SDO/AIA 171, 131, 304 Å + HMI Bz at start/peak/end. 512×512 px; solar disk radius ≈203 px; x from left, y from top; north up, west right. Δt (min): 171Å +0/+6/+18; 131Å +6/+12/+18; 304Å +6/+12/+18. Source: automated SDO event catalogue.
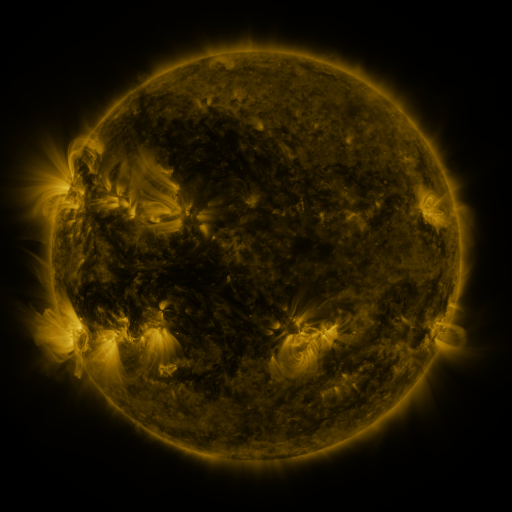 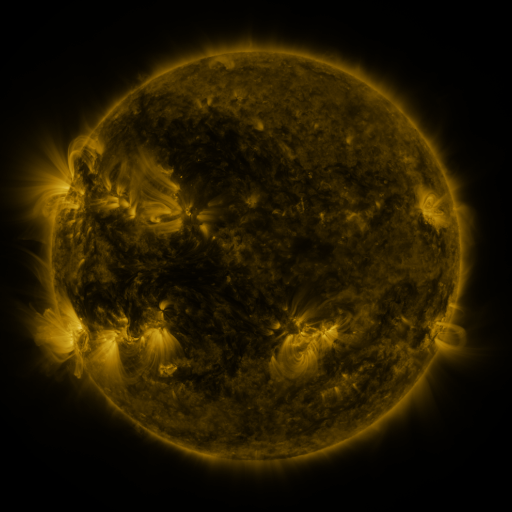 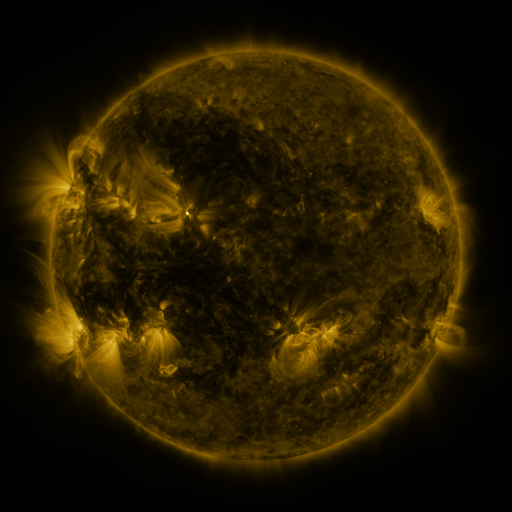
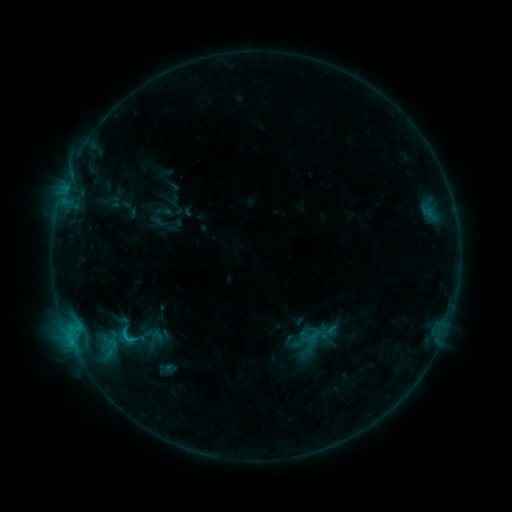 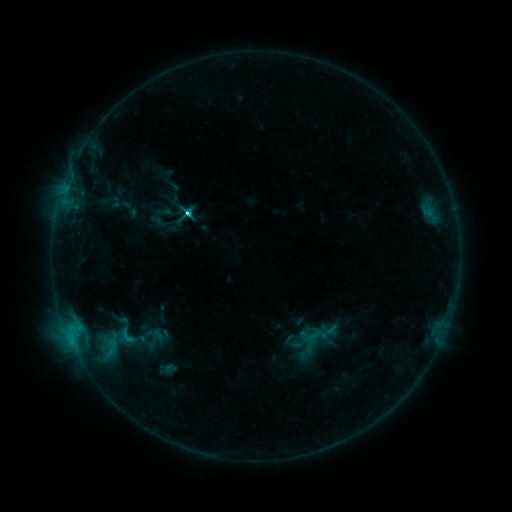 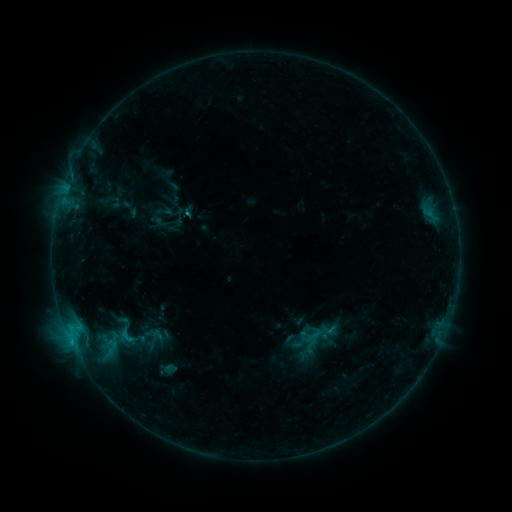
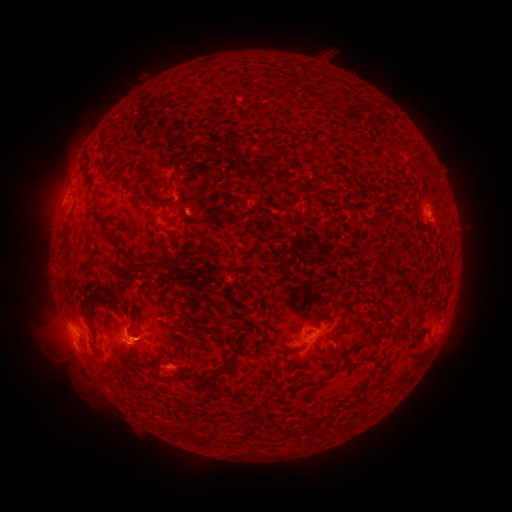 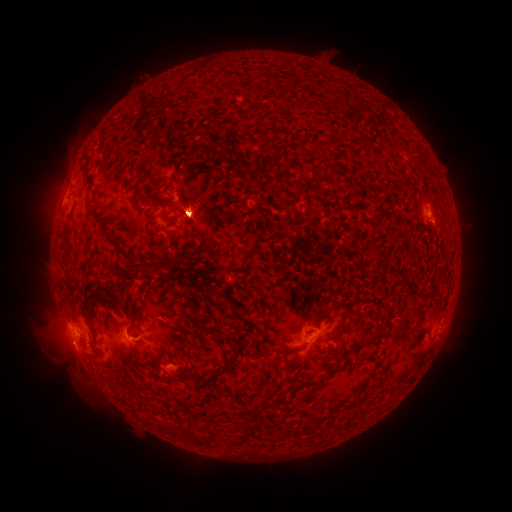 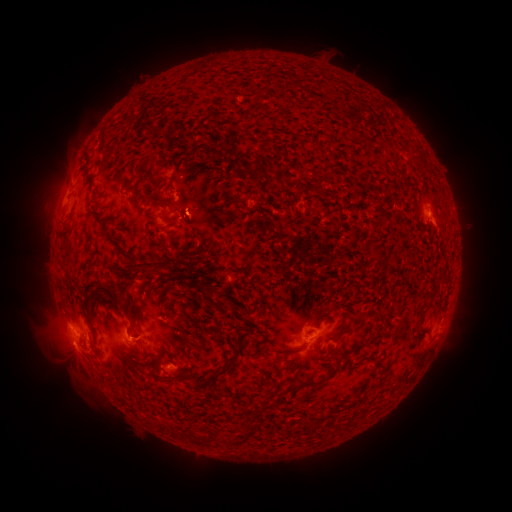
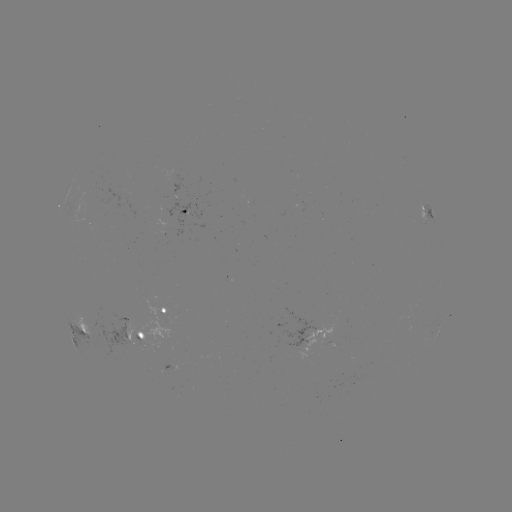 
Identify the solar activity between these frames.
eruption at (196, 215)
